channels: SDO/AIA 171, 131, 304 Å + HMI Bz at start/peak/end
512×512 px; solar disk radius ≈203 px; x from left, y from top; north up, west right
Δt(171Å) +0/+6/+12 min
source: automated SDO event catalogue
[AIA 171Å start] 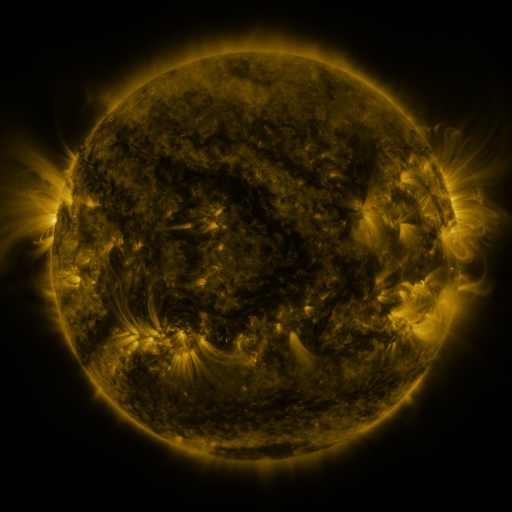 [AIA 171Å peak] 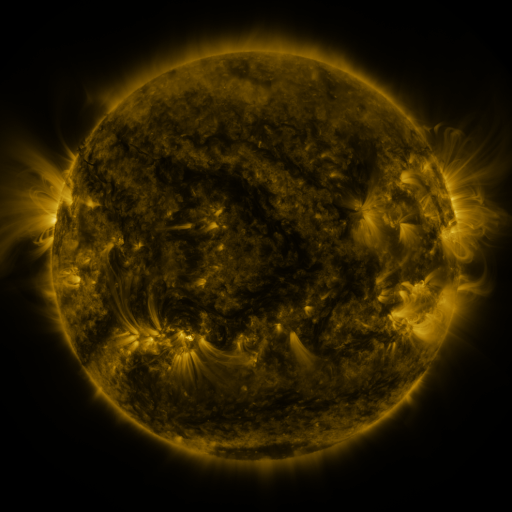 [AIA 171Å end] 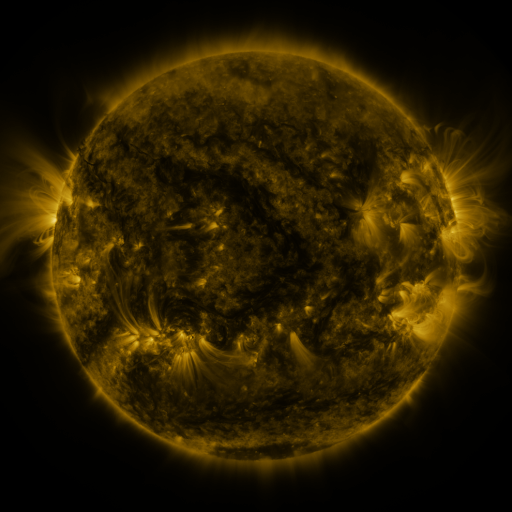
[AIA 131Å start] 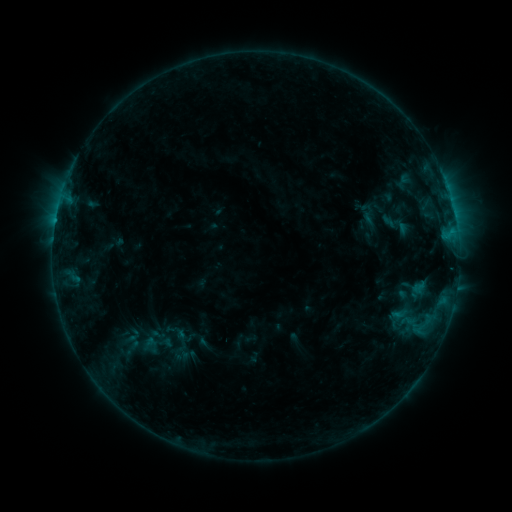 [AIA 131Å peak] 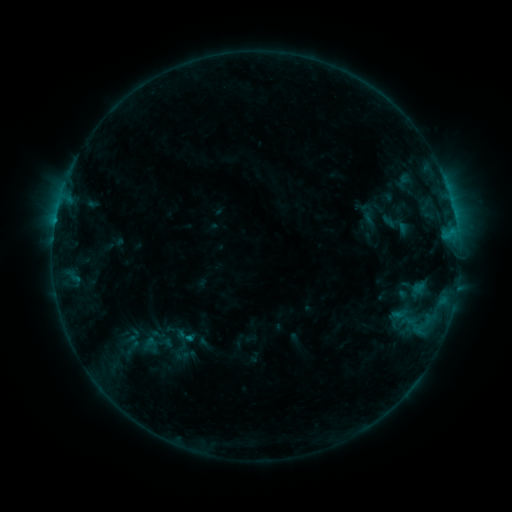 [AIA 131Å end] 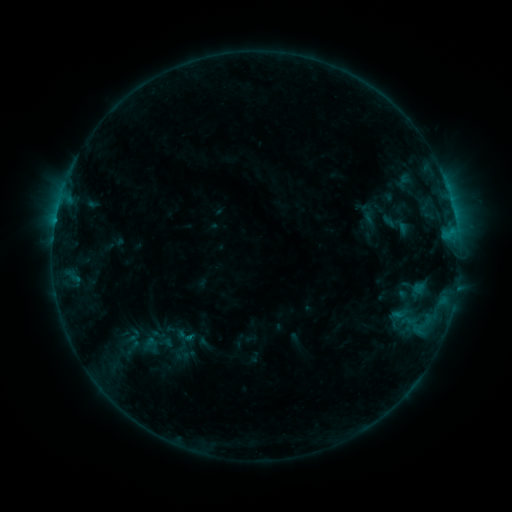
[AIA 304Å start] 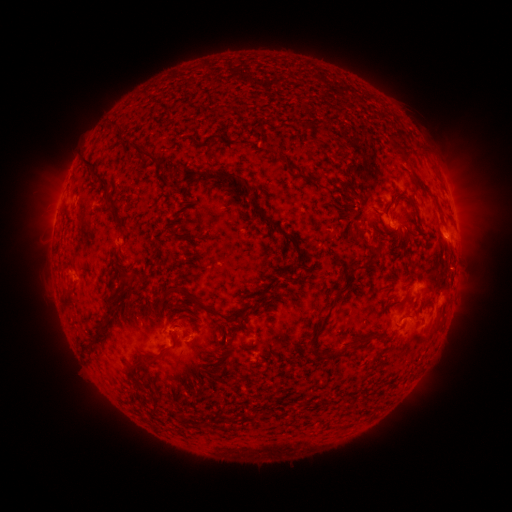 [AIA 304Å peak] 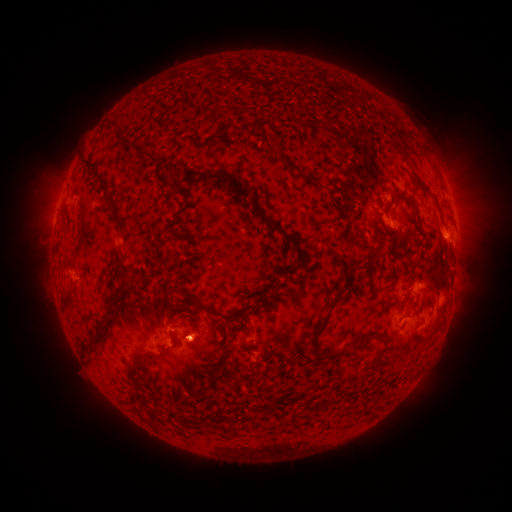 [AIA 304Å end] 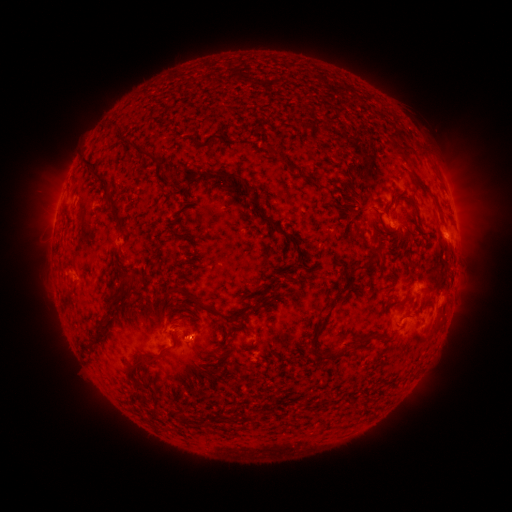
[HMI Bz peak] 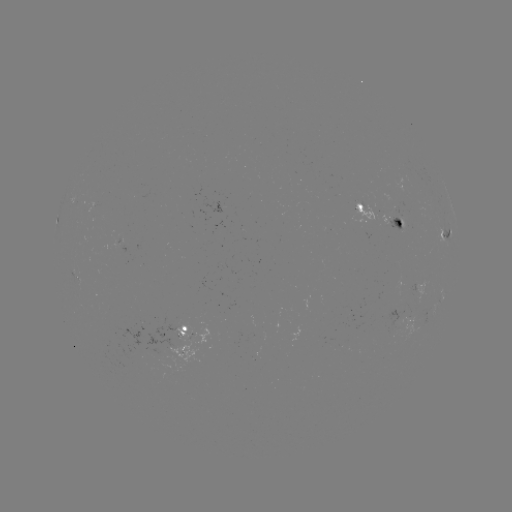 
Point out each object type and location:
eruption: (194, 343)
